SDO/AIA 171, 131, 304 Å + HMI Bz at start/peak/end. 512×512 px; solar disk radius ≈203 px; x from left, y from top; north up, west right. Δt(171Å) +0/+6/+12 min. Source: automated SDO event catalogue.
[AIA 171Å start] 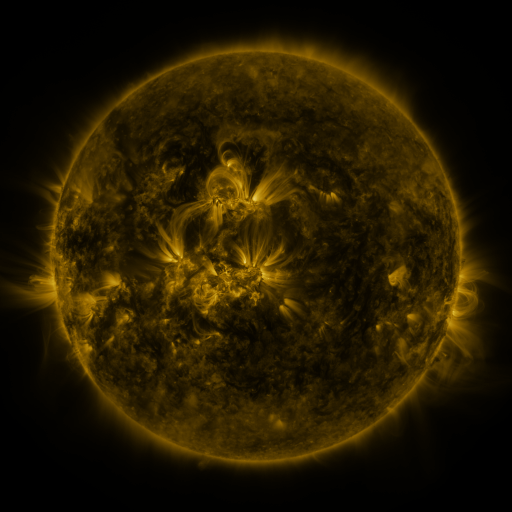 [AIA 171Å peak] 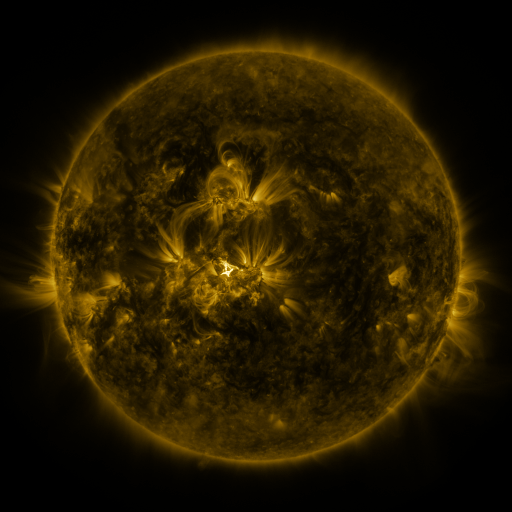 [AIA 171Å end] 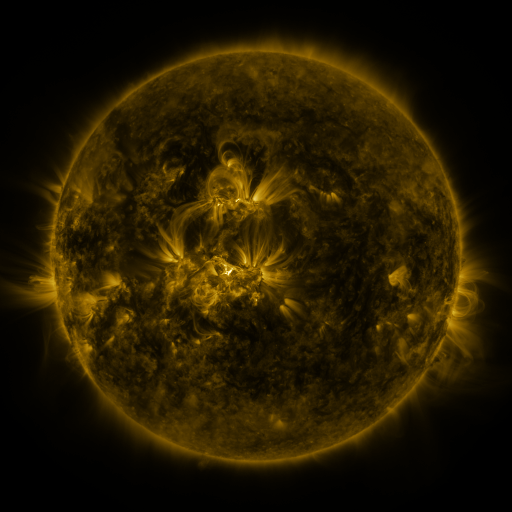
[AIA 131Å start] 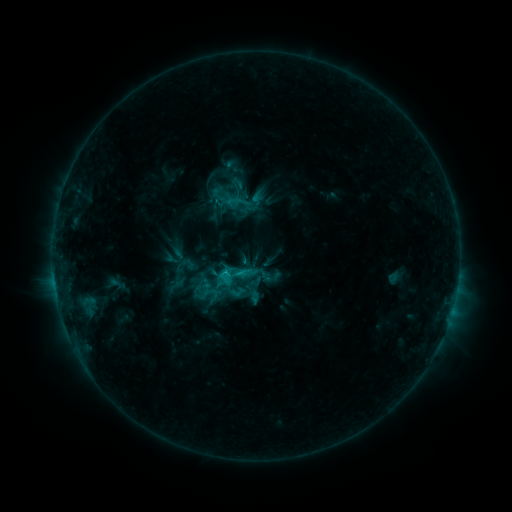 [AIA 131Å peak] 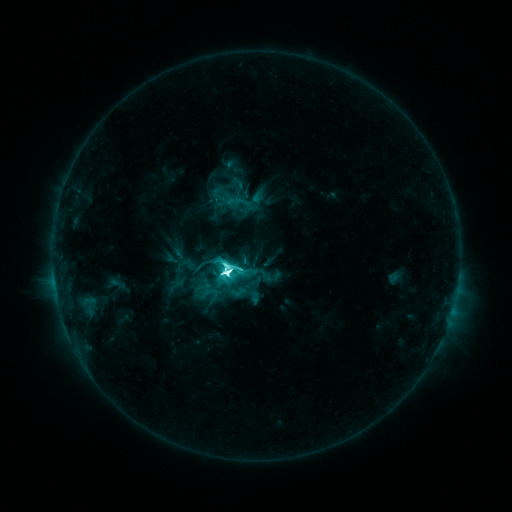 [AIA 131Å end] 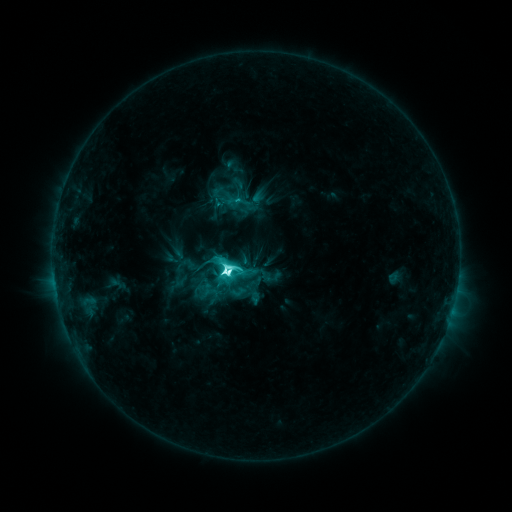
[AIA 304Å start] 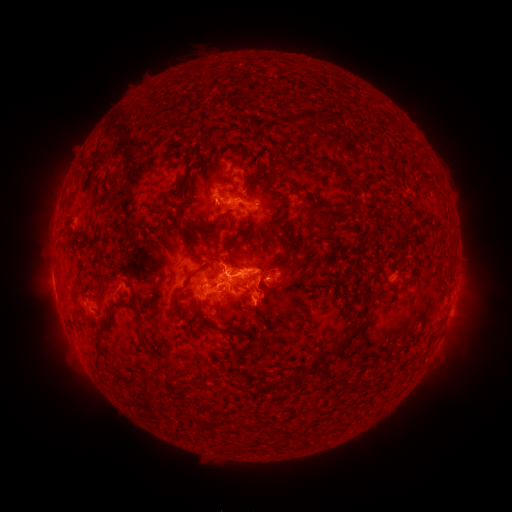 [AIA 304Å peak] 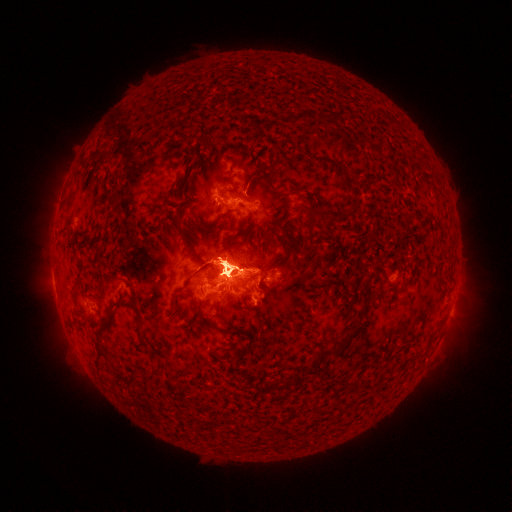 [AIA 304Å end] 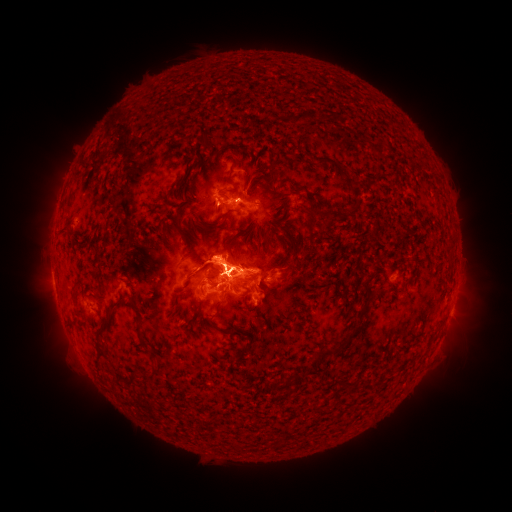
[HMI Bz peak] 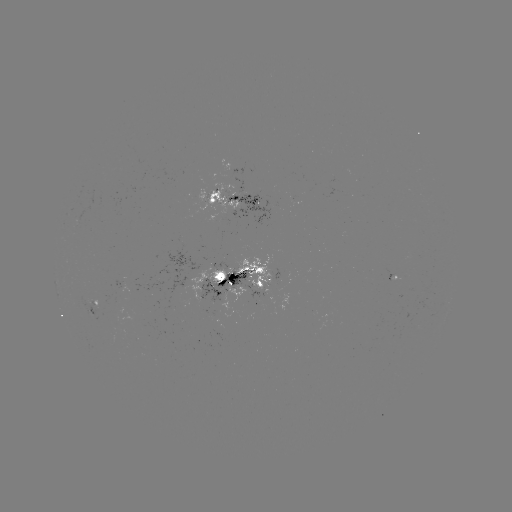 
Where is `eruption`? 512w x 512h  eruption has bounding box [195, 159, 273, 220].